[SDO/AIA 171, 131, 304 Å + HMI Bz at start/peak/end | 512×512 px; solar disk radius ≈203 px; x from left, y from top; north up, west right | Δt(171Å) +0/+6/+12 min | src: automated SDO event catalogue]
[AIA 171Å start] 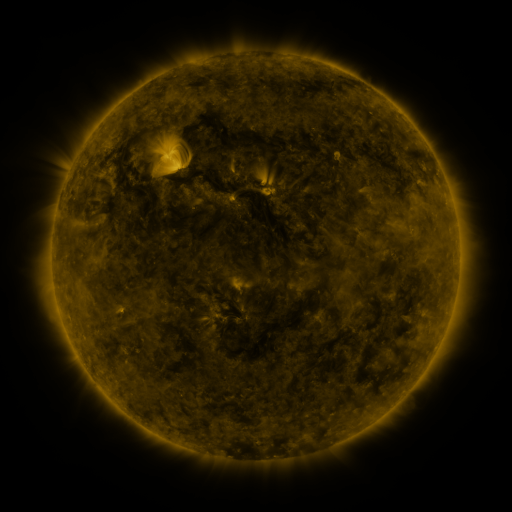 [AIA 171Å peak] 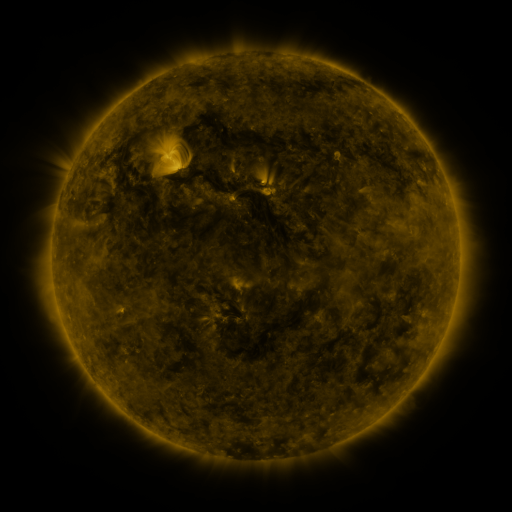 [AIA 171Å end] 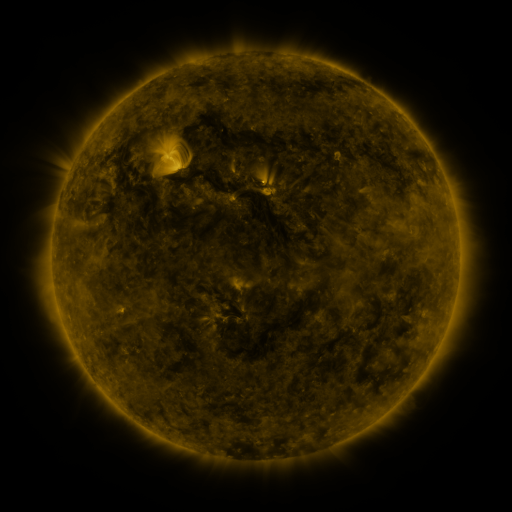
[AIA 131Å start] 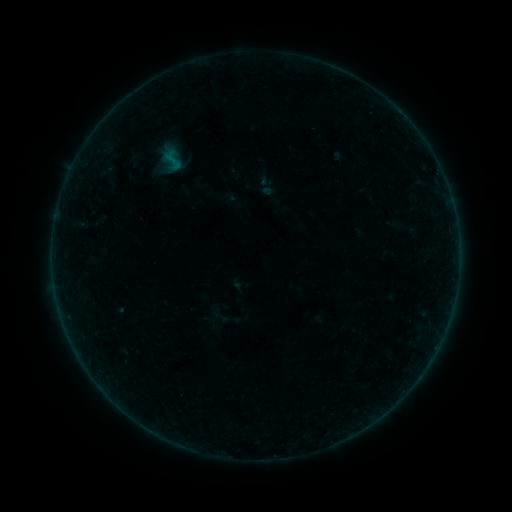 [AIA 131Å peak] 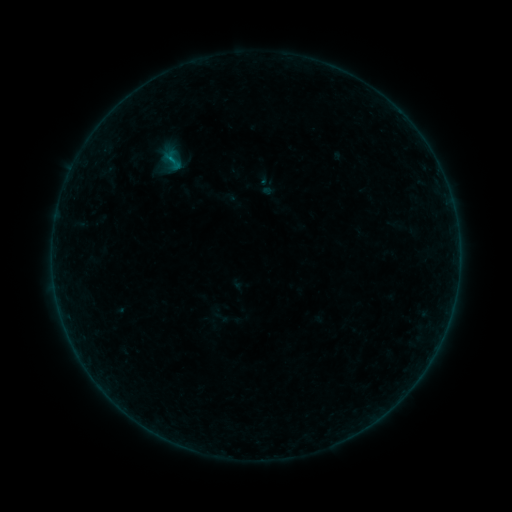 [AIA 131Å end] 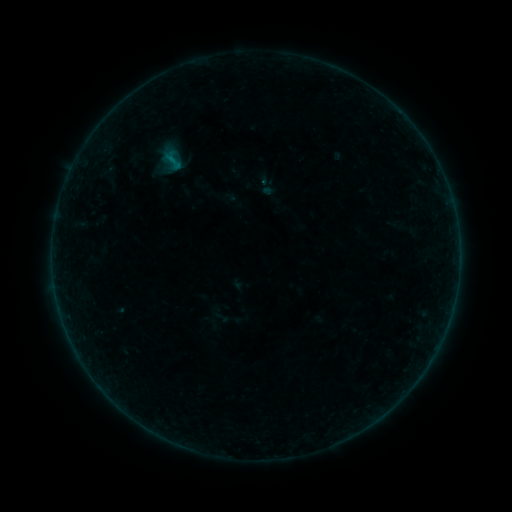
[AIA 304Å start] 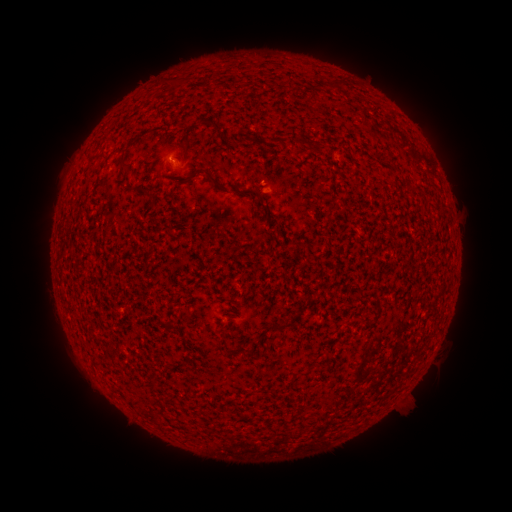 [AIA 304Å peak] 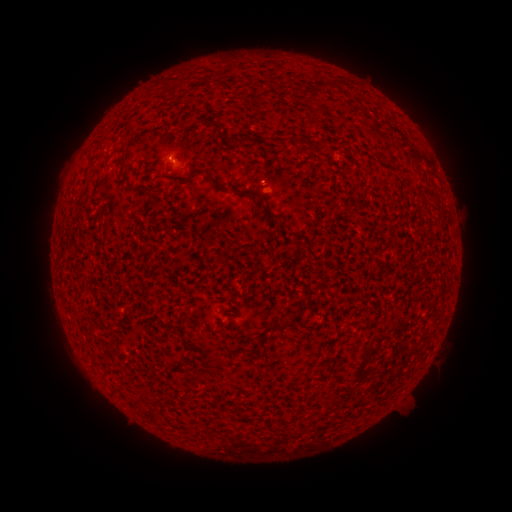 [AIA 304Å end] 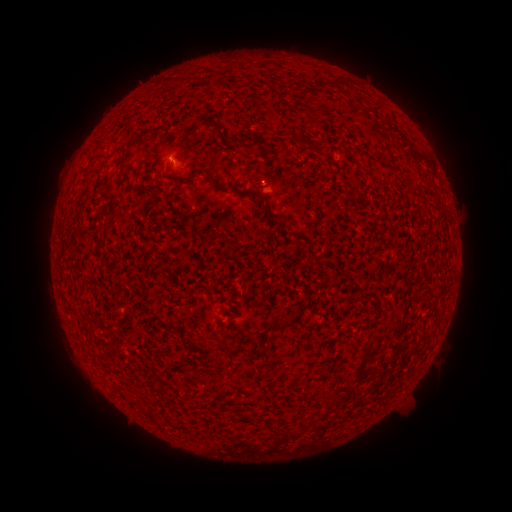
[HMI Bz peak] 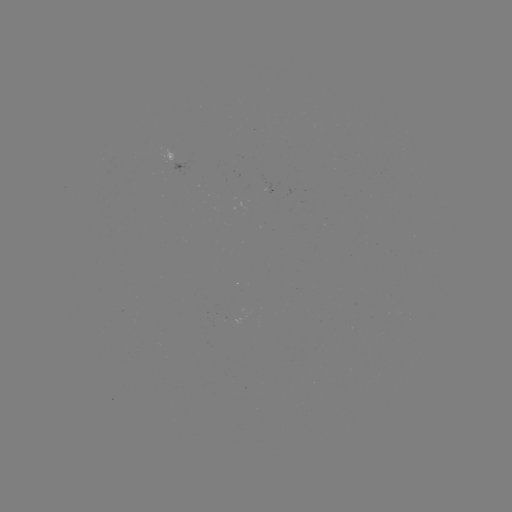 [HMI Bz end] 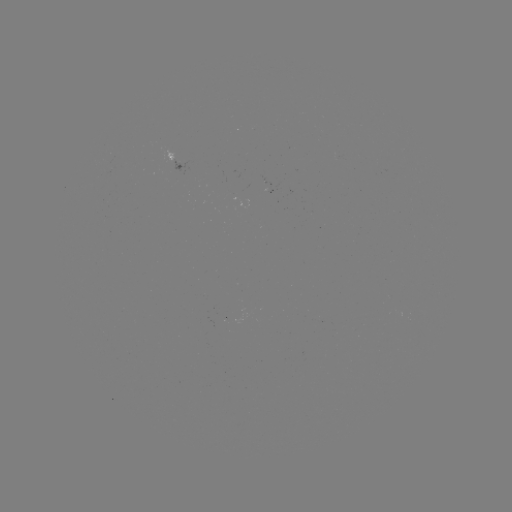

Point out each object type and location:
B1.8 flare: (172, 160)
